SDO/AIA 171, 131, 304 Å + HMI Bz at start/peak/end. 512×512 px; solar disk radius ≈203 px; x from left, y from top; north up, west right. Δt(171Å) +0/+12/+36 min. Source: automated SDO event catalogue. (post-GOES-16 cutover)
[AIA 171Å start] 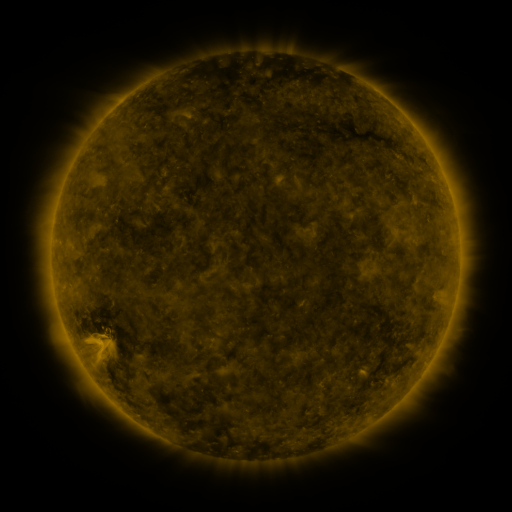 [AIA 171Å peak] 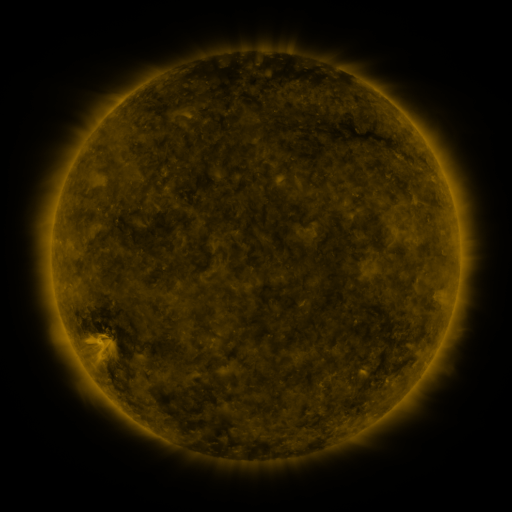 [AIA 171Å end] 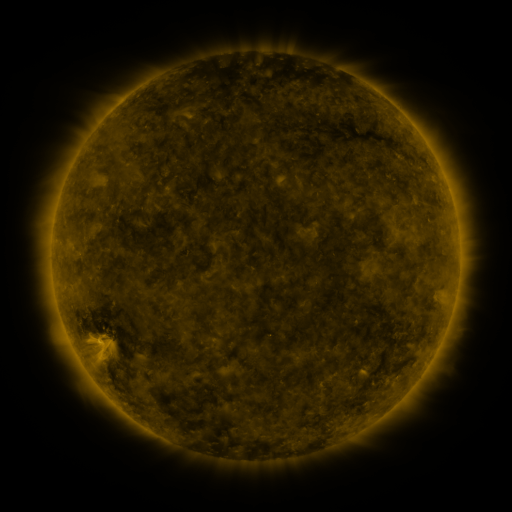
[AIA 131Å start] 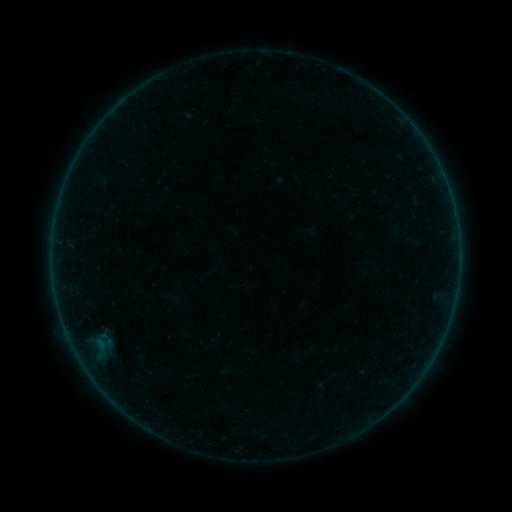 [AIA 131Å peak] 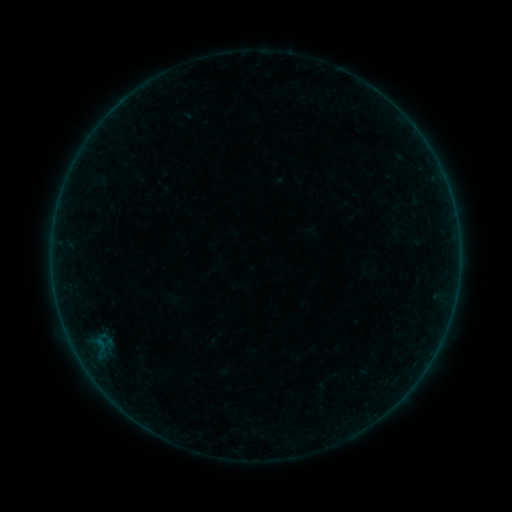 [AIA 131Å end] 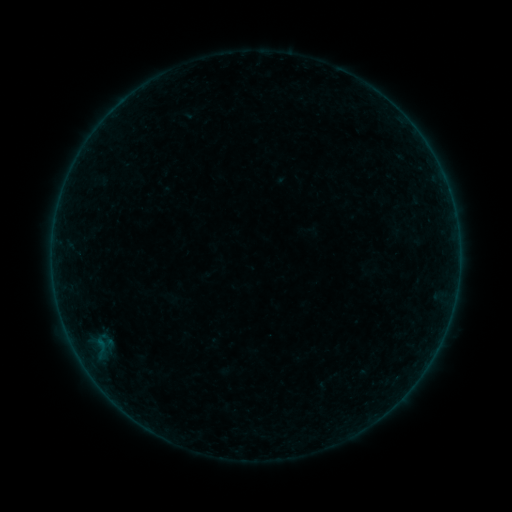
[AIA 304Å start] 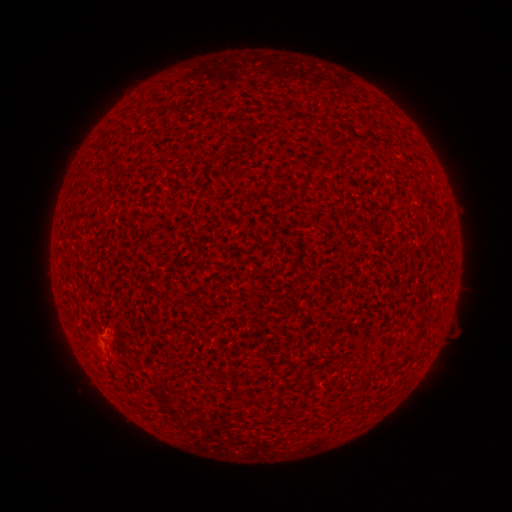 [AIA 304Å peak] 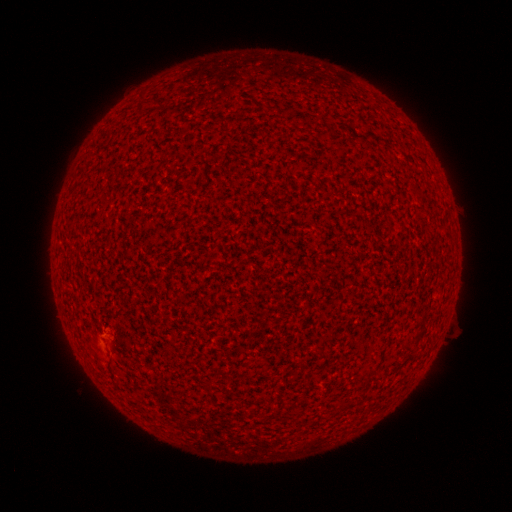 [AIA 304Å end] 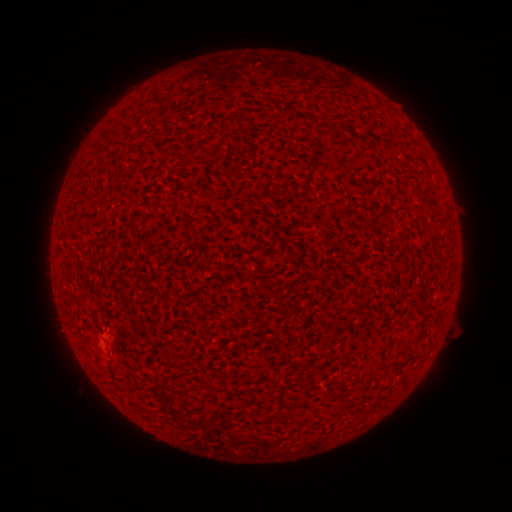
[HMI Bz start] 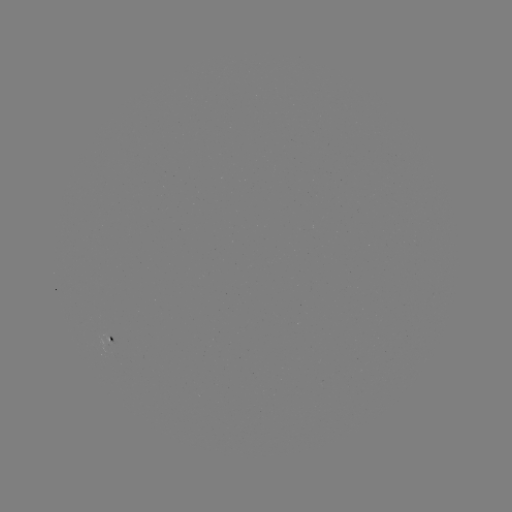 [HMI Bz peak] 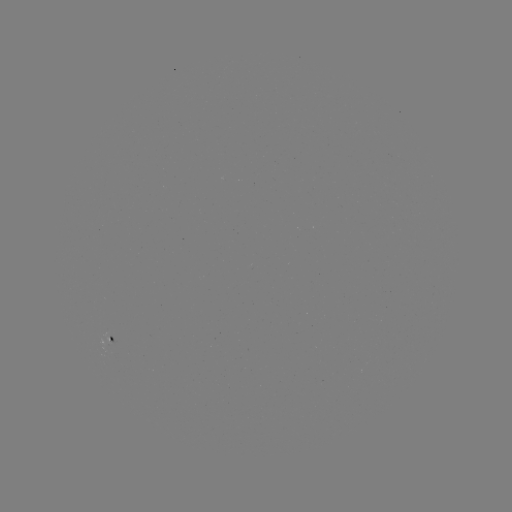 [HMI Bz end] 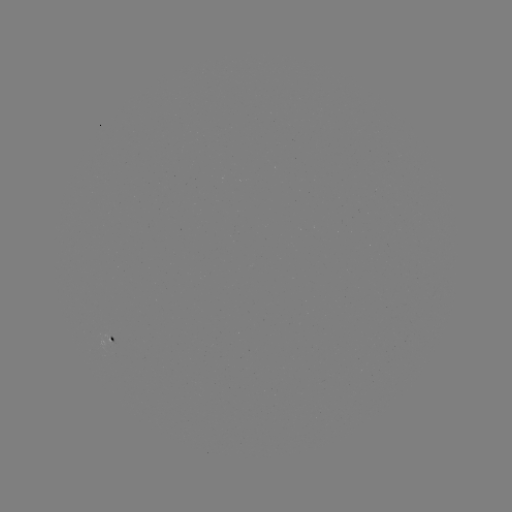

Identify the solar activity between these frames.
A3.3 flare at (98, 338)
